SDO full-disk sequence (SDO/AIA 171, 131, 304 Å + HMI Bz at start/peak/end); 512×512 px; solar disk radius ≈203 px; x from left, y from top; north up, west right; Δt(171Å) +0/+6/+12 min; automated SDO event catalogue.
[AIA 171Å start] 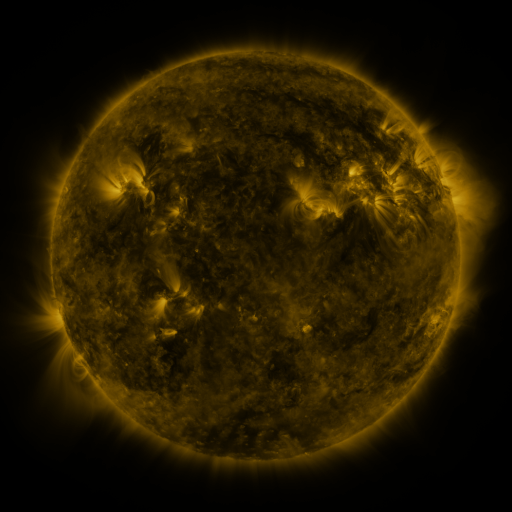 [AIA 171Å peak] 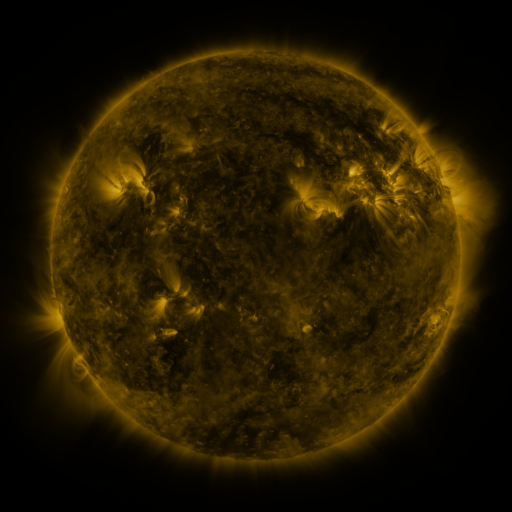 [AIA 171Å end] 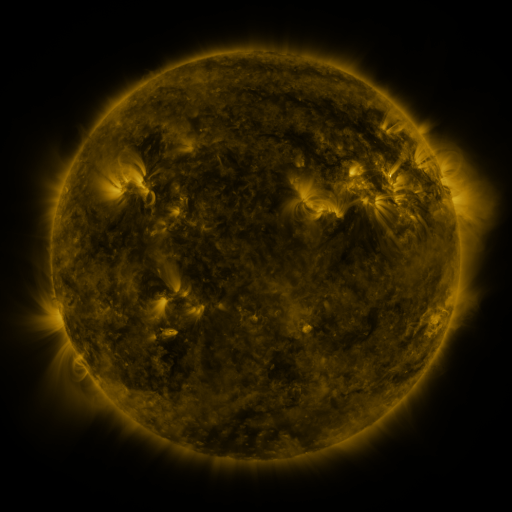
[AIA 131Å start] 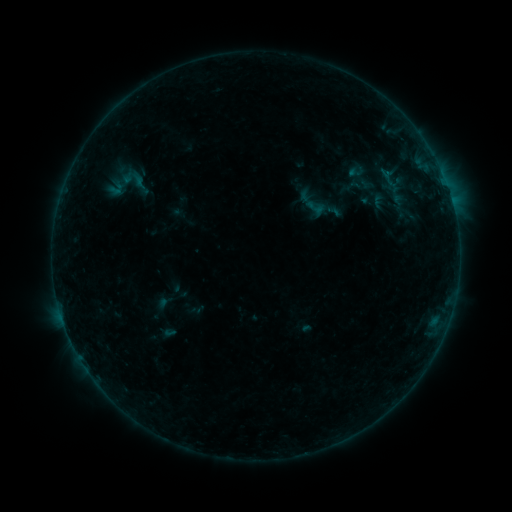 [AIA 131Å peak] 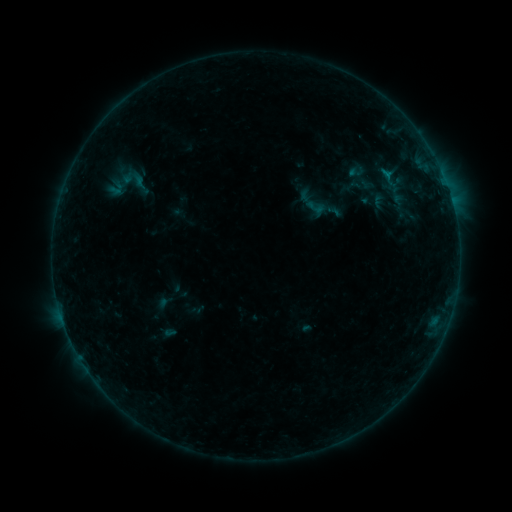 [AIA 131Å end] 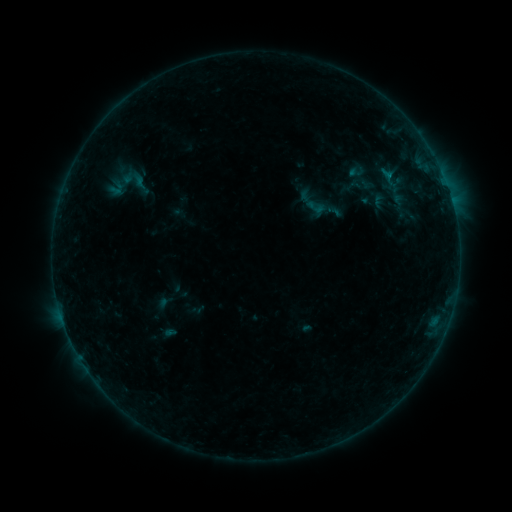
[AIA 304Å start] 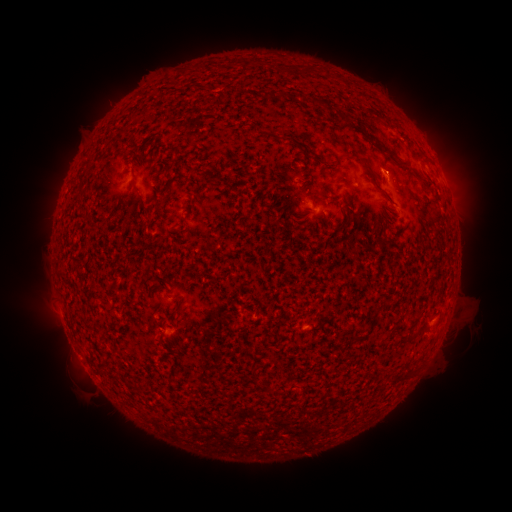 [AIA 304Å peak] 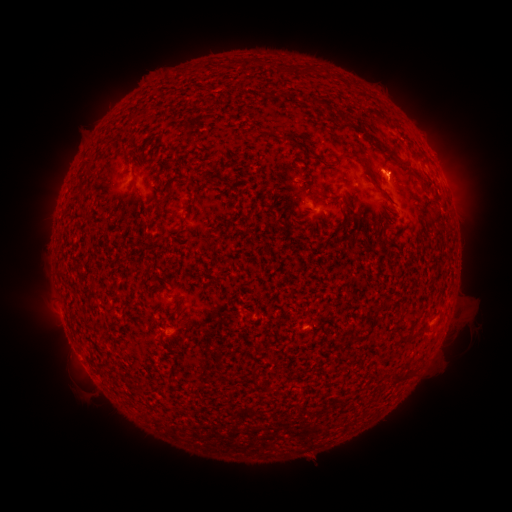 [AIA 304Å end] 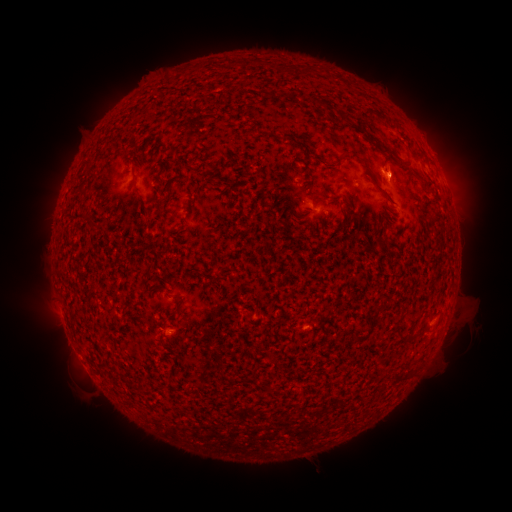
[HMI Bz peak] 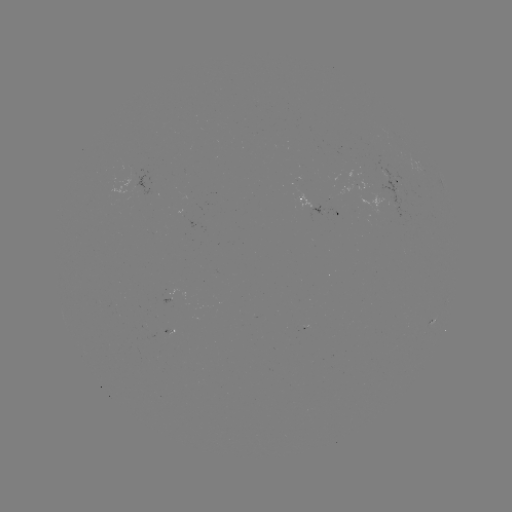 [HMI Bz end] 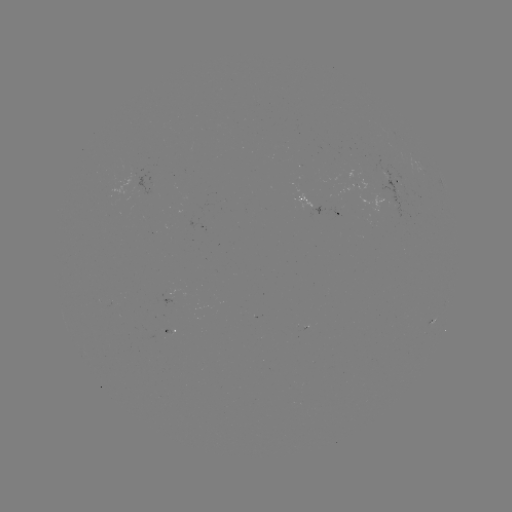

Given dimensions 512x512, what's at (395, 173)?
eruption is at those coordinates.